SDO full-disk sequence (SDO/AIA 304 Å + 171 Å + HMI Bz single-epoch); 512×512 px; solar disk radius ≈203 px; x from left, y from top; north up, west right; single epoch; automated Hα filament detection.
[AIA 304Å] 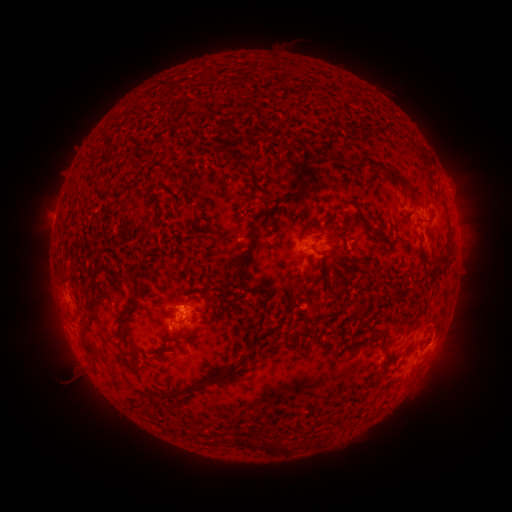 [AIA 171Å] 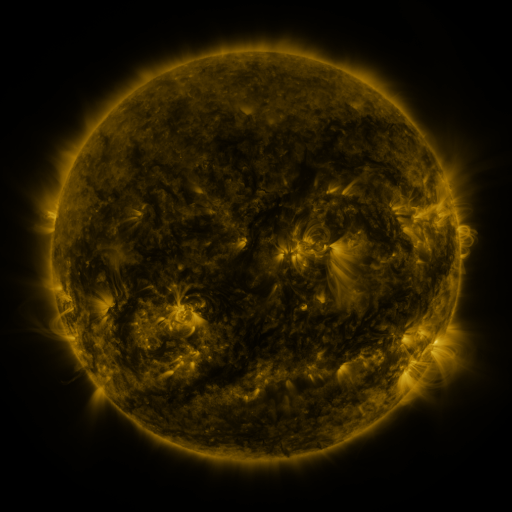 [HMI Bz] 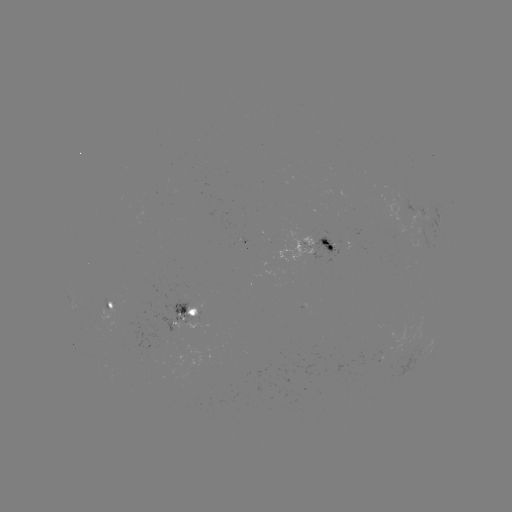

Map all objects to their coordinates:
filament: (387, 126)
filament: (327, 136)
filament: (236, 141)
filament: (245, 166)
filament: (395, 175)
filament: (157, 186)
filament: (264, 191)
filament: (197, 210)
filament: (430, 216)
filament: (338, 240)
filament: (330, 247)
filament: (251, 249)
filament: (446, 260)
filament: (307, 275)
filament: (90, 306)
filament: (130, 306)
filament: (359, 310)
filament: (378, 335)
filament: (122, 340)
filament: (85, 341)
filament: (166, 343)
filament: (210, 381)
filament: (263, 445)
